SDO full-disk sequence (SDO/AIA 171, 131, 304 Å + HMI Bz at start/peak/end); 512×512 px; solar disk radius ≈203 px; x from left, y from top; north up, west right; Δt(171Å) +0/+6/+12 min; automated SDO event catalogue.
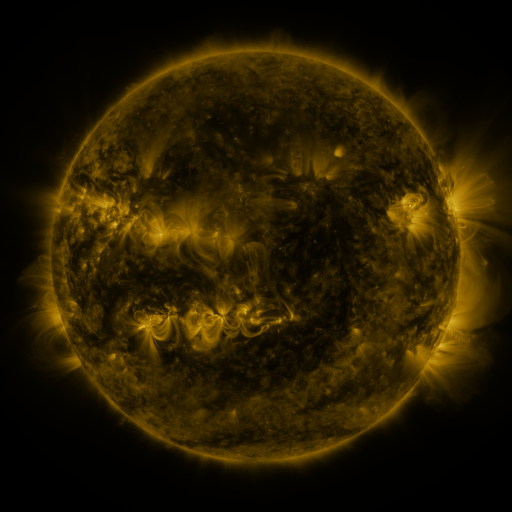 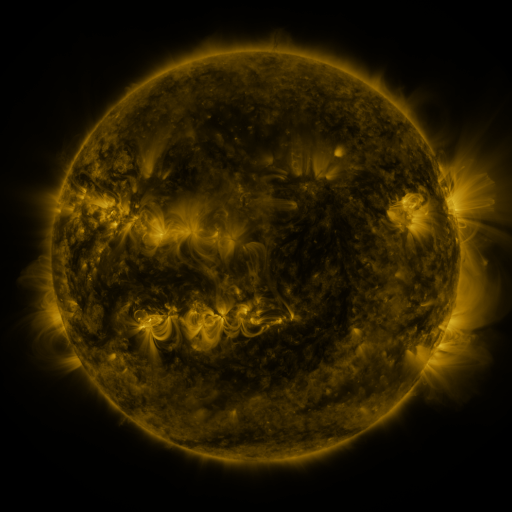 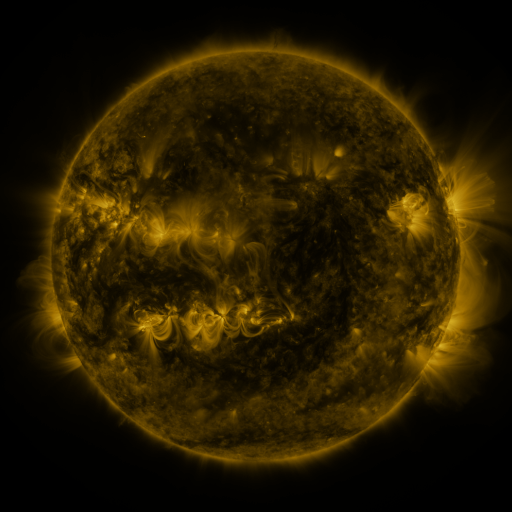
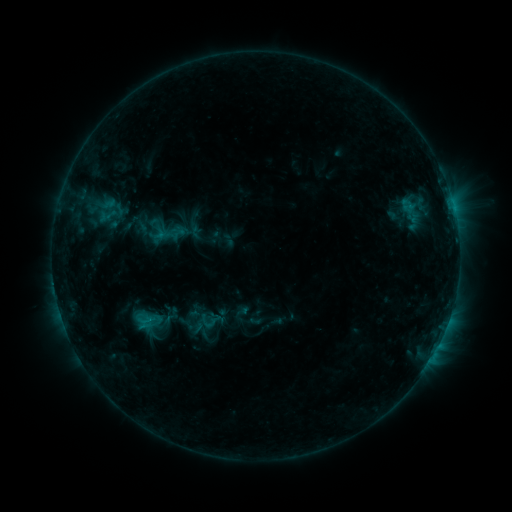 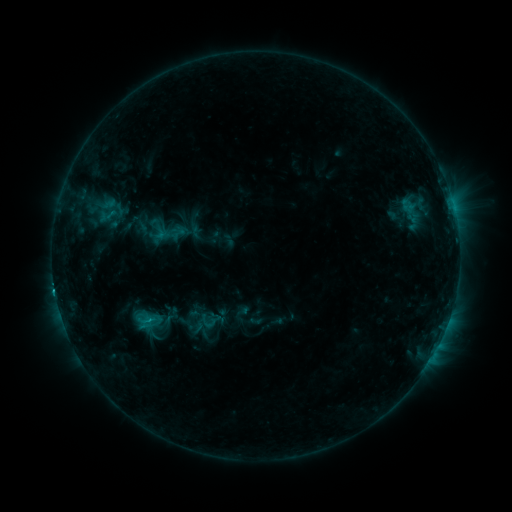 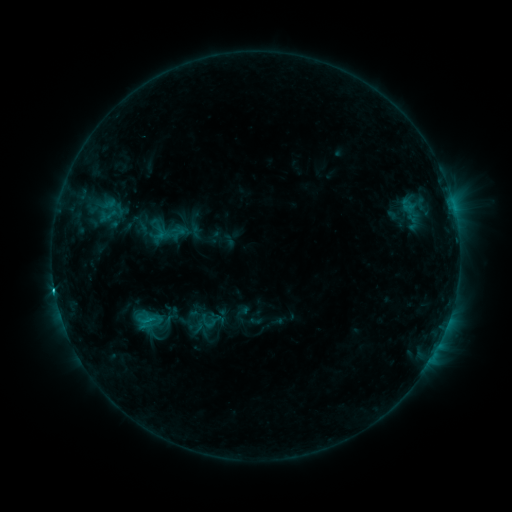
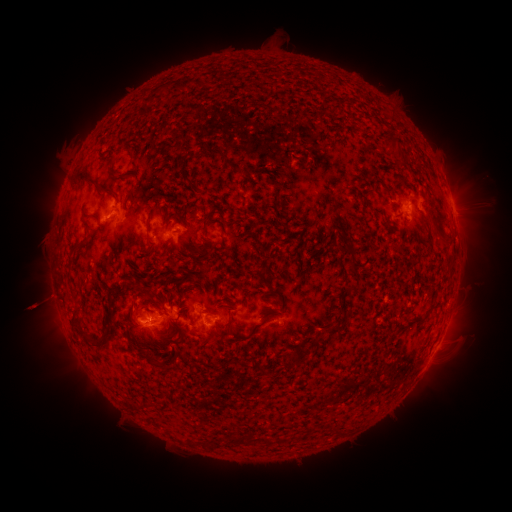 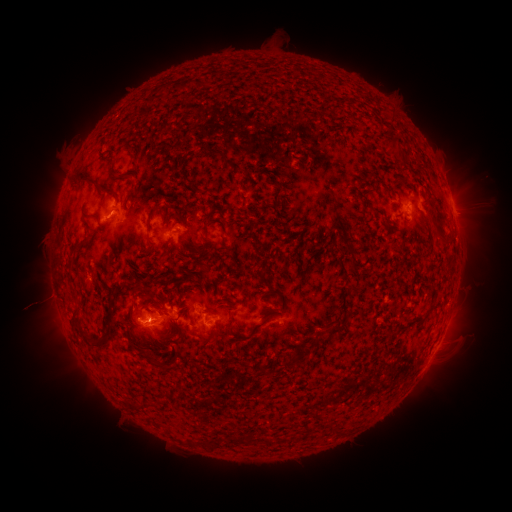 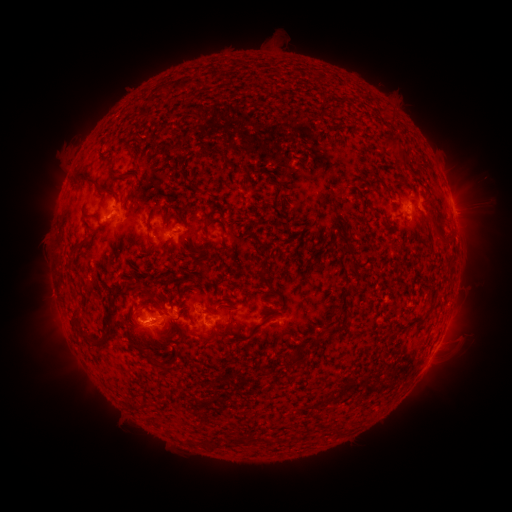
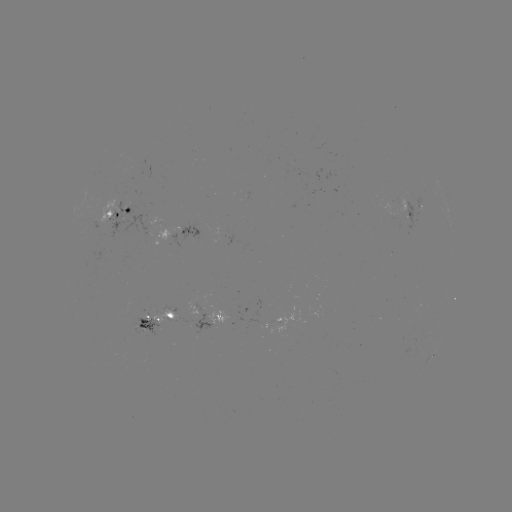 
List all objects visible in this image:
C1.8 flare: (55, 287)
